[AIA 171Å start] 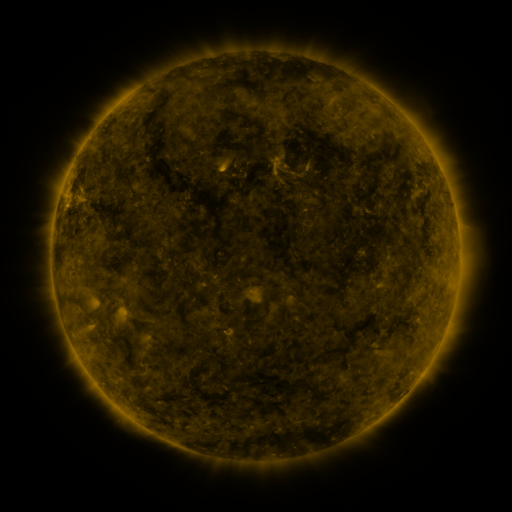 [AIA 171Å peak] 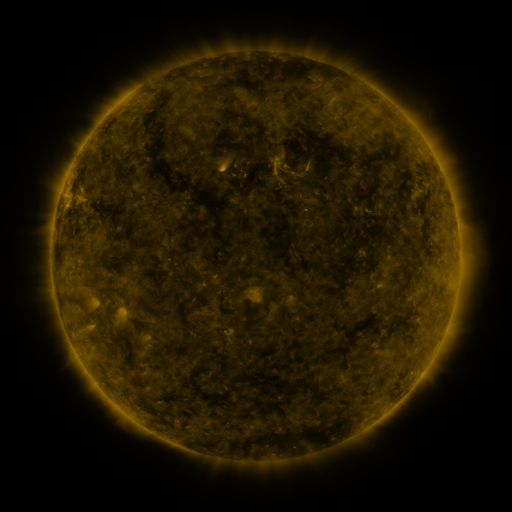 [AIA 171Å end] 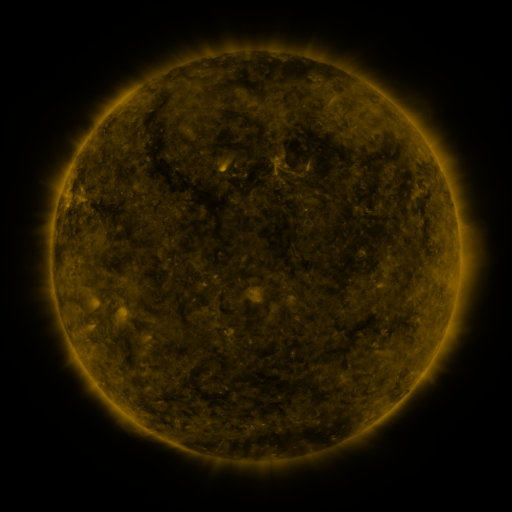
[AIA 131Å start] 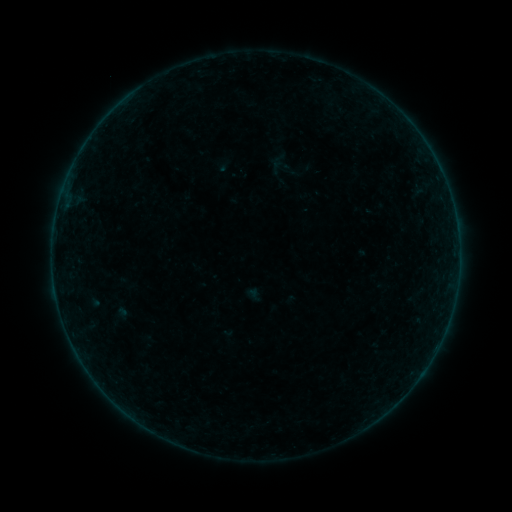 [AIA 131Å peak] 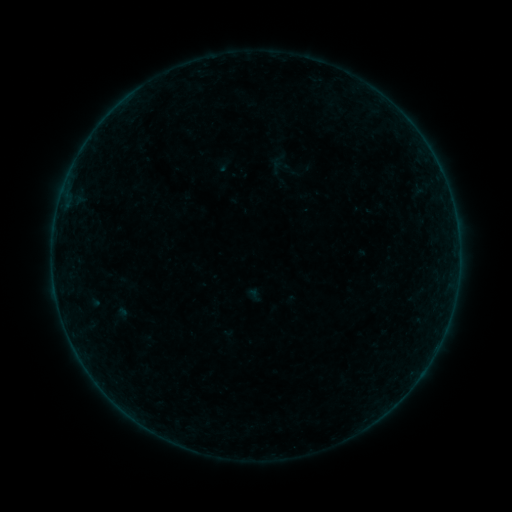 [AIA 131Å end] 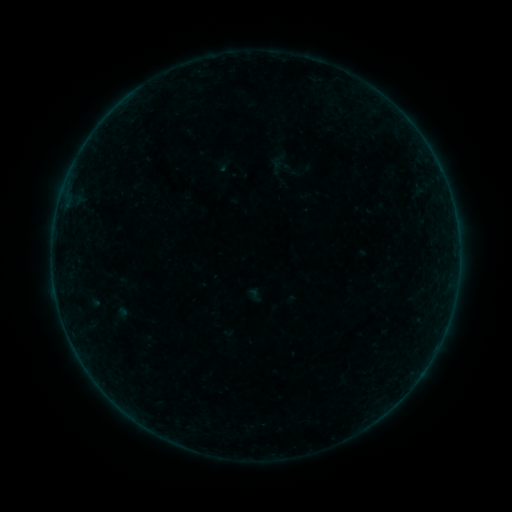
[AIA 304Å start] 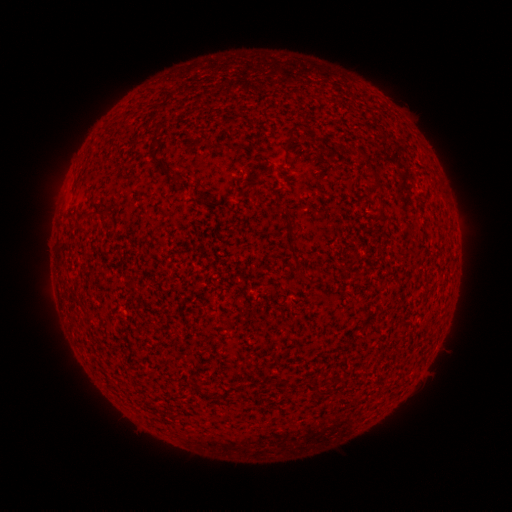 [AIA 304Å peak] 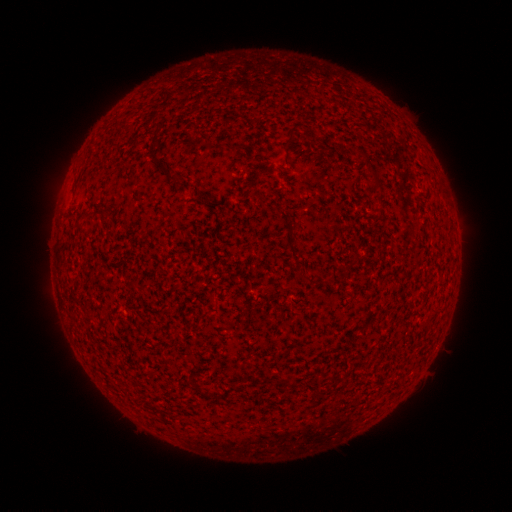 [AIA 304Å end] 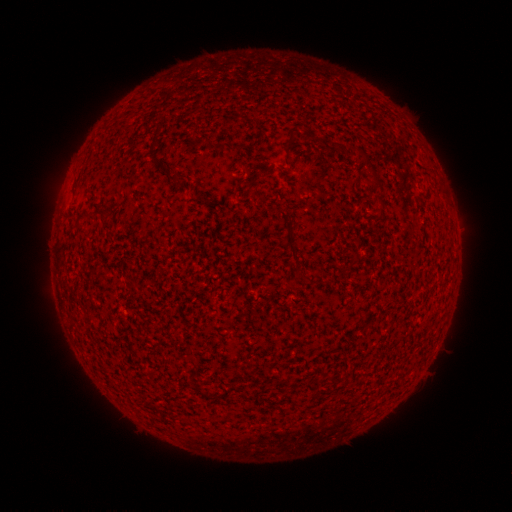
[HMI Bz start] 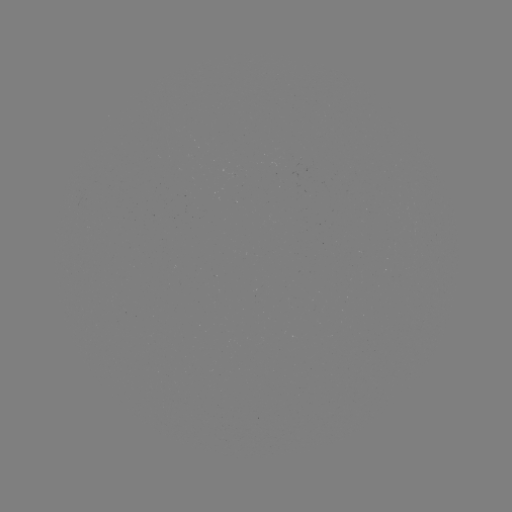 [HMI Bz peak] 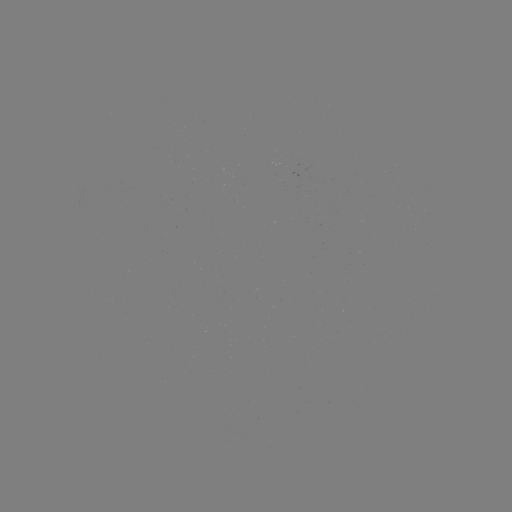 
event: flare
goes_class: B2.7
